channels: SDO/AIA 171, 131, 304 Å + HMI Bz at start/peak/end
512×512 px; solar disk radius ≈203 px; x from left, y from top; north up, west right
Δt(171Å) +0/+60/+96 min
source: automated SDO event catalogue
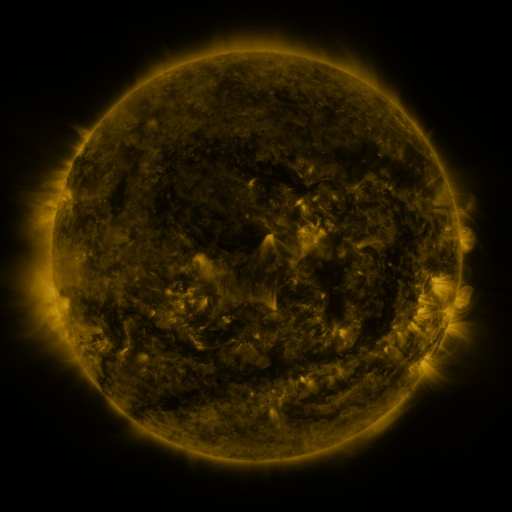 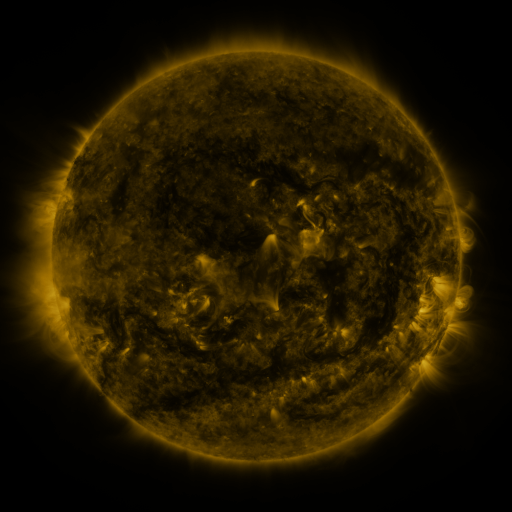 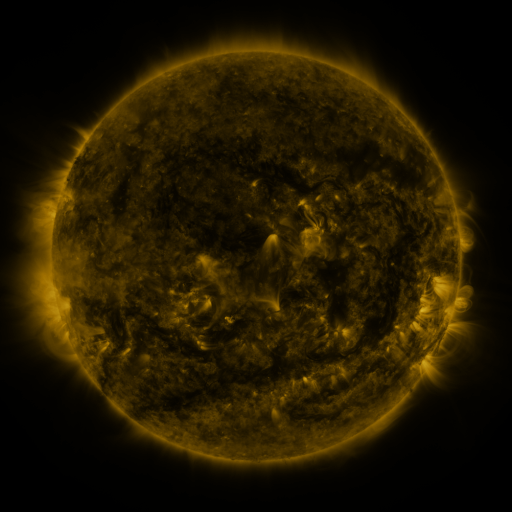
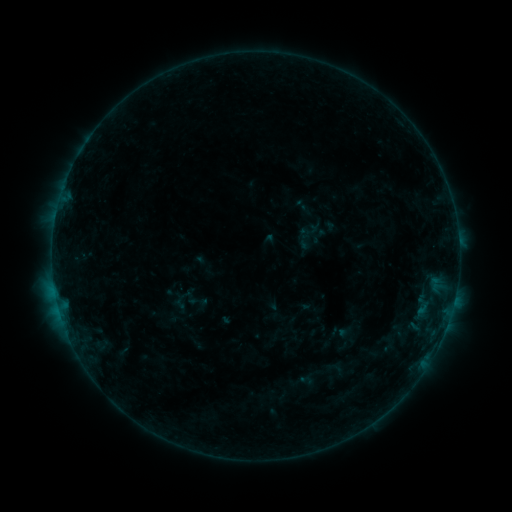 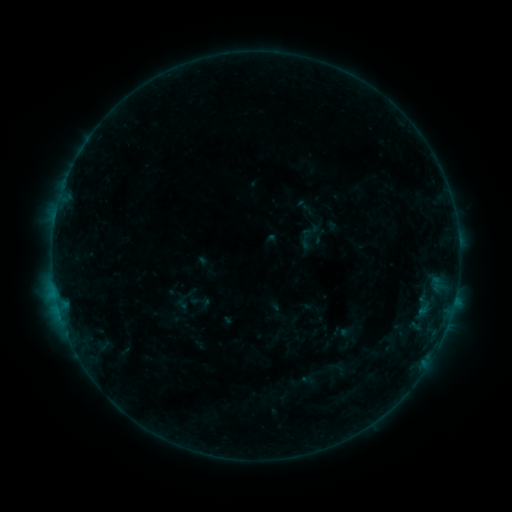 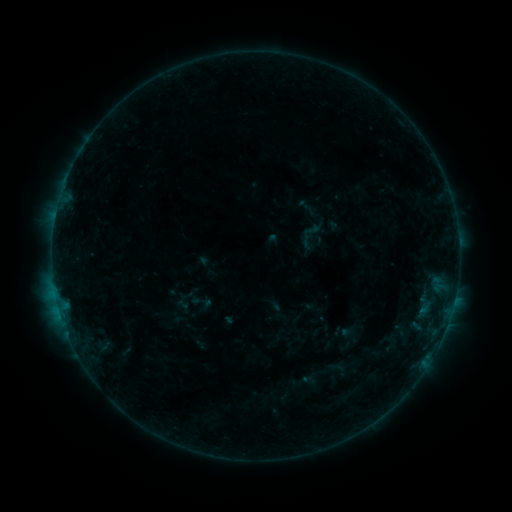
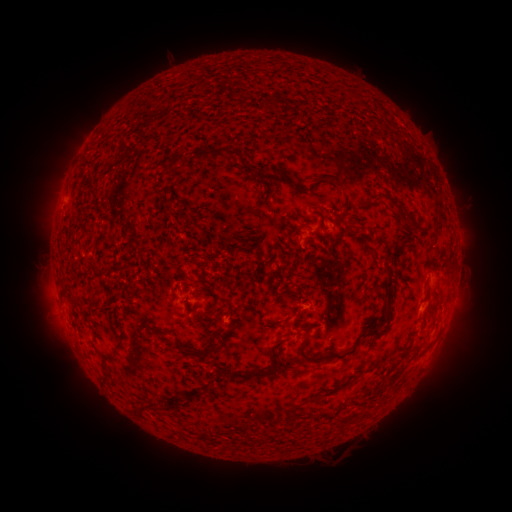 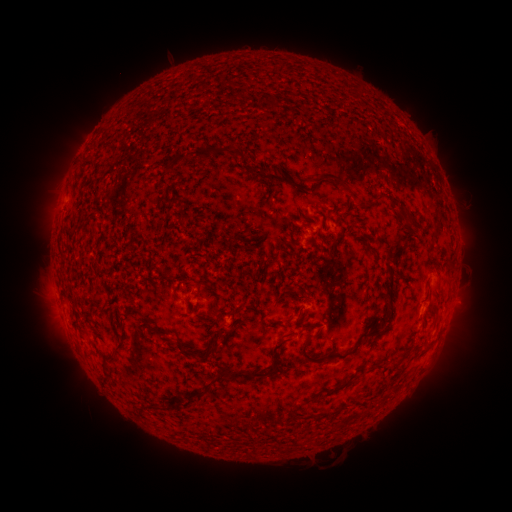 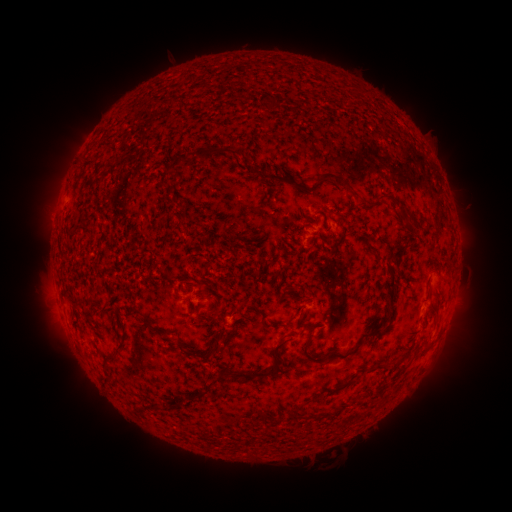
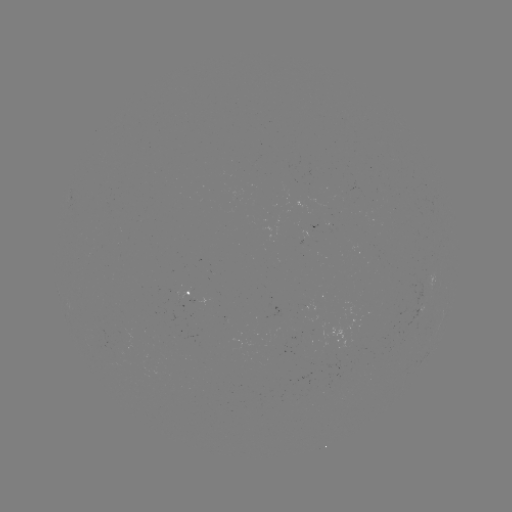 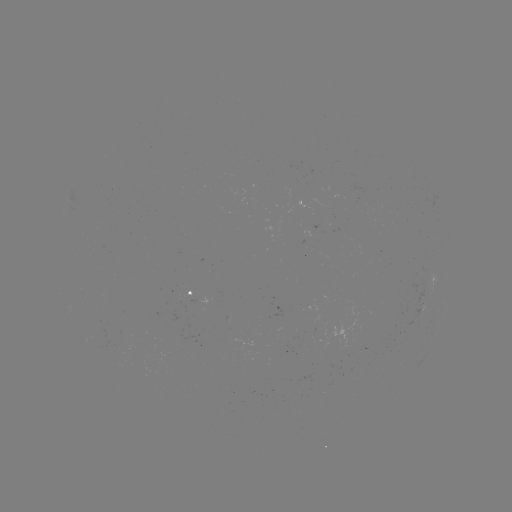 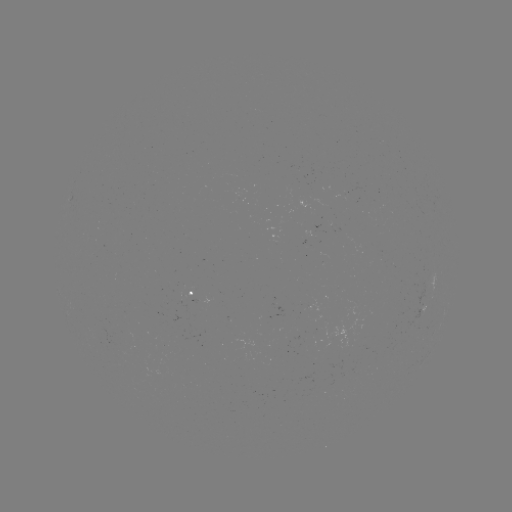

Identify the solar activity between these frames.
emerging-flux region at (329, 341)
